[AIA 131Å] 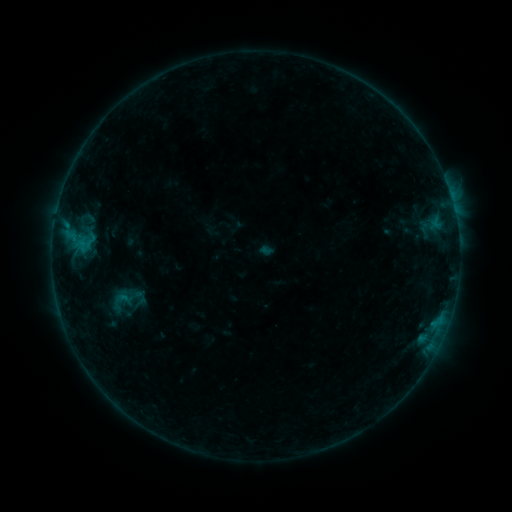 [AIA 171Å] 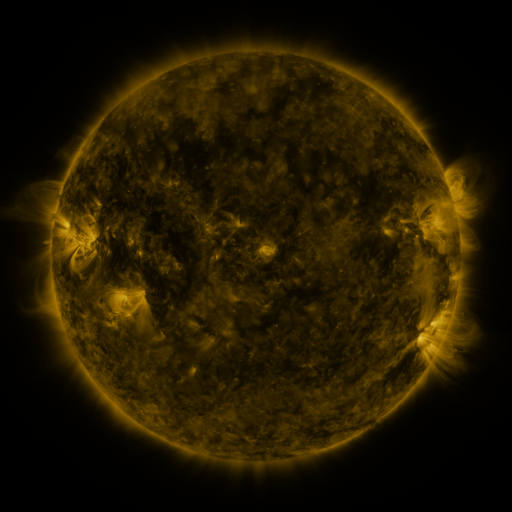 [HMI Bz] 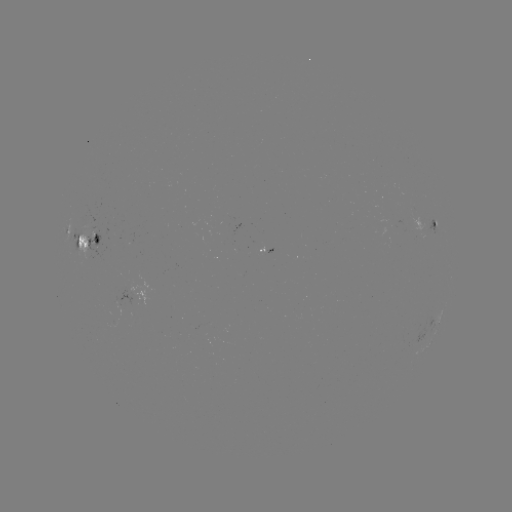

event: sigmoid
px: (123, 298)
